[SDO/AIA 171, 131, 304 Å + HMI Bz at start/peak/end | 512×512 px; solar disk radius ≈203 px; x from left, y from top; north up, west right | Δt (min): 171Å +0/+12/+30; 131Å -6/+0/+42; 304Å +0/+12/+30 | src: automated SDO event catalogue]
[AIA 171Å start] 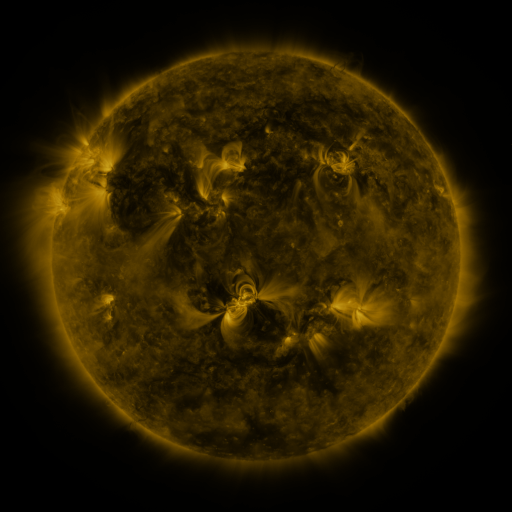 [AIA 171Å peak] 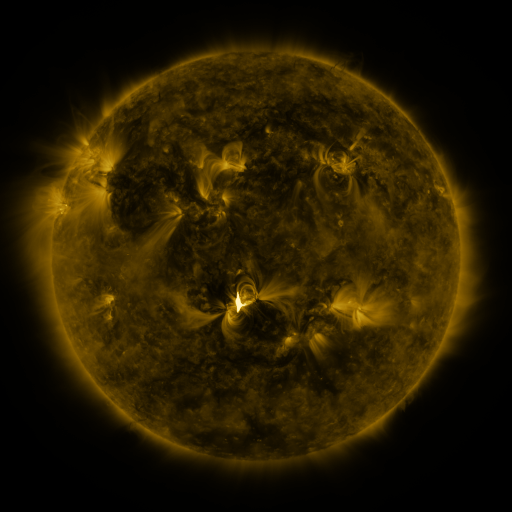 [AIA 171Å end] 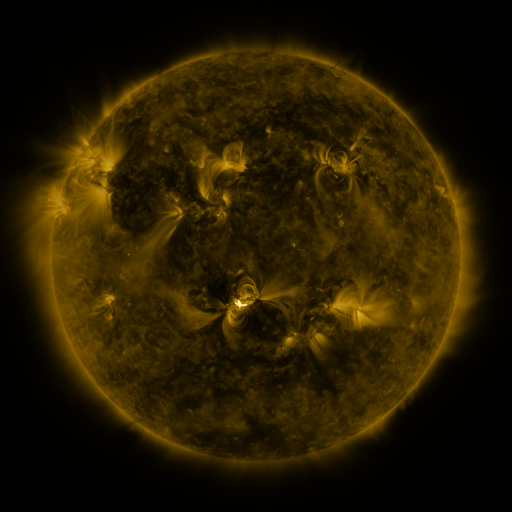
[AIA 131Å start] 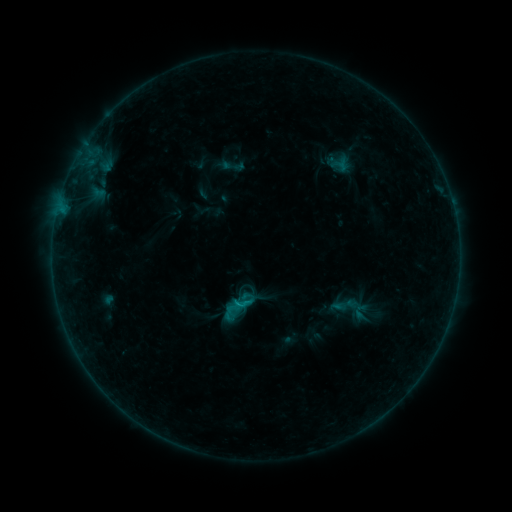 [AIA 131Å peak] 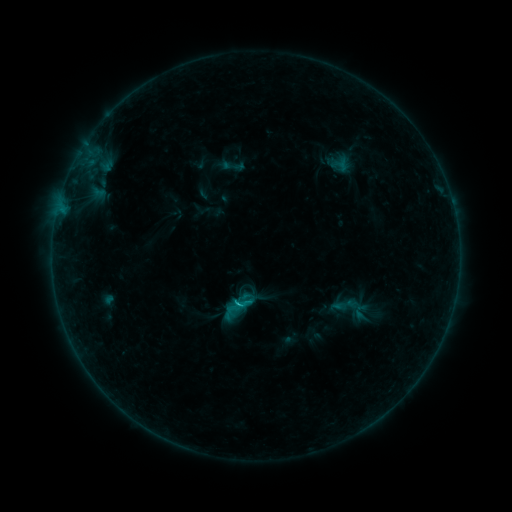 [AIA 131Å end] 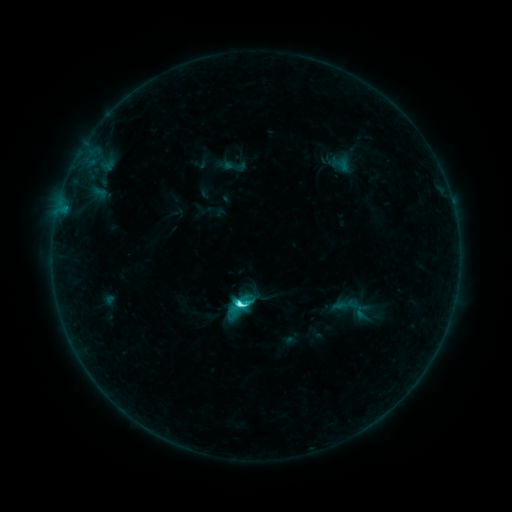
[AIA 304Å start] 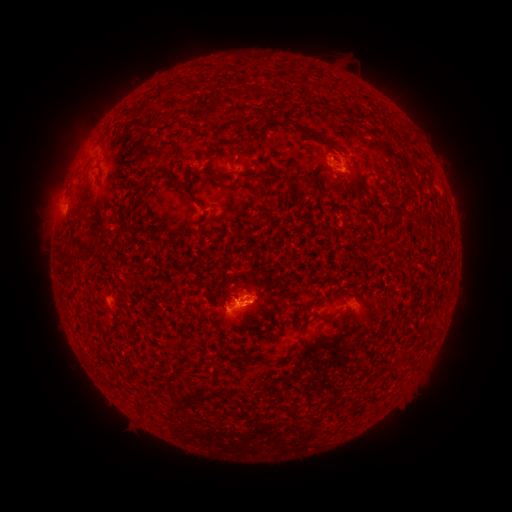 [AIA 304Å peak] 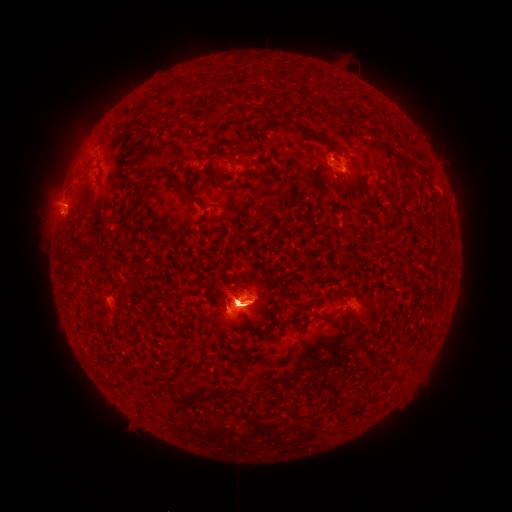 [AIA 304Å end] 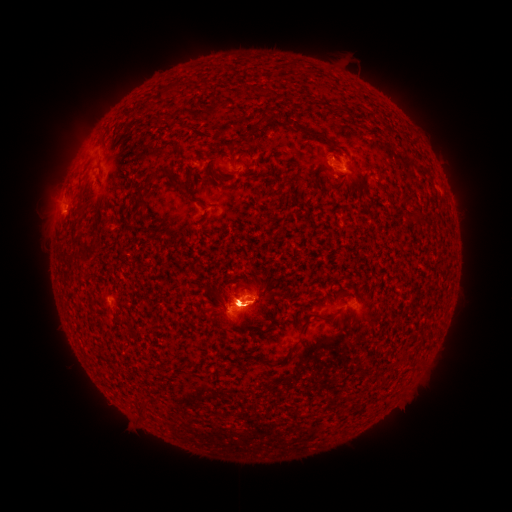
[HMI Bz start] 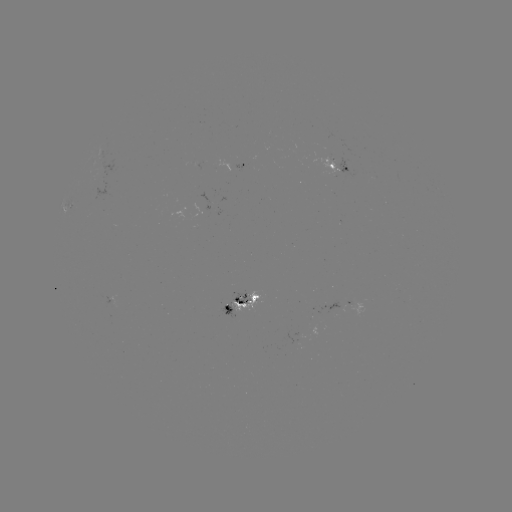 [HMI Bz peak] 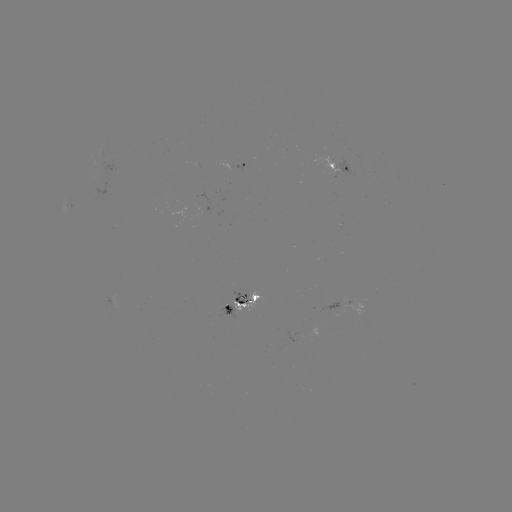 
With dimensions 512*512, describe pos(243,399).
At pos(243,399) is eruption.